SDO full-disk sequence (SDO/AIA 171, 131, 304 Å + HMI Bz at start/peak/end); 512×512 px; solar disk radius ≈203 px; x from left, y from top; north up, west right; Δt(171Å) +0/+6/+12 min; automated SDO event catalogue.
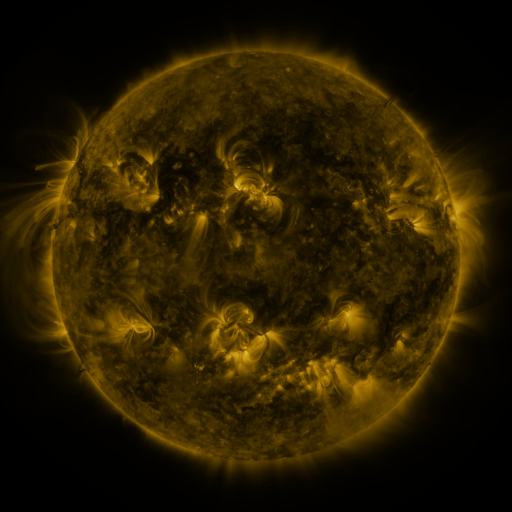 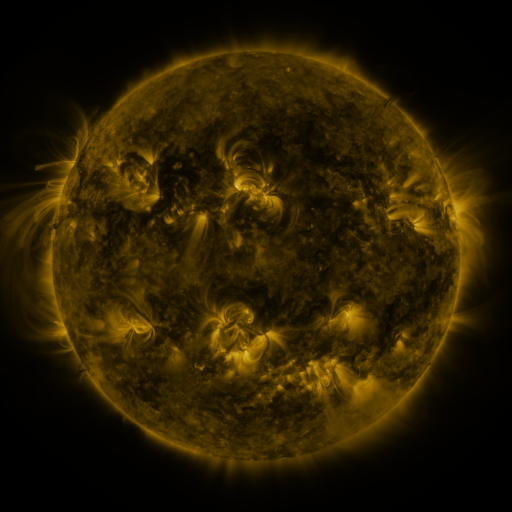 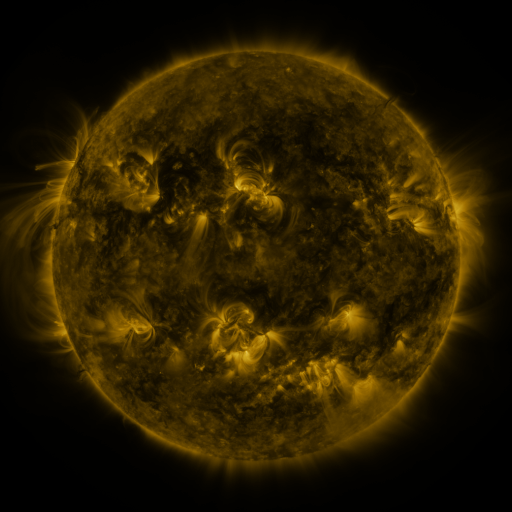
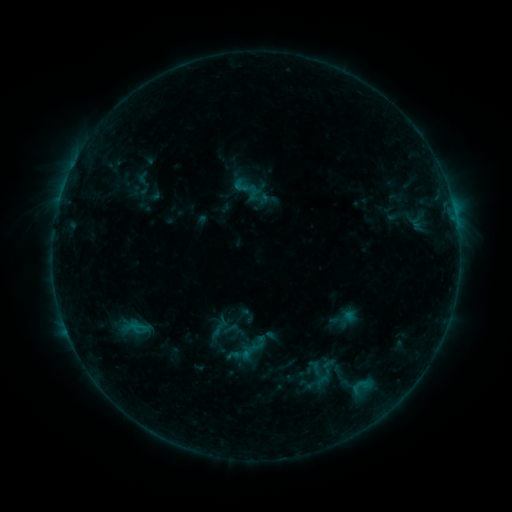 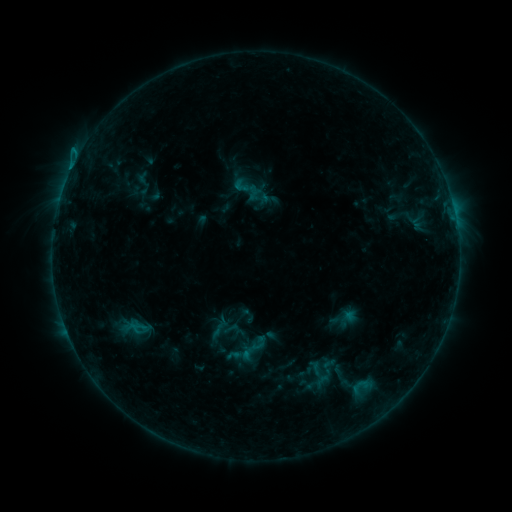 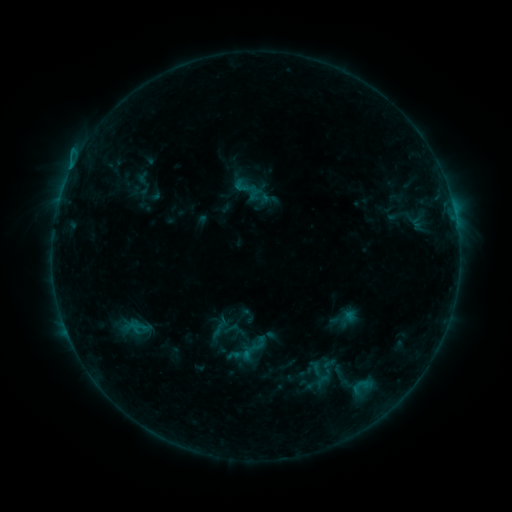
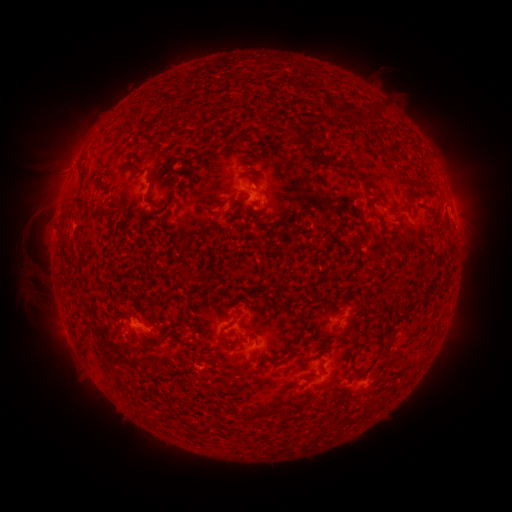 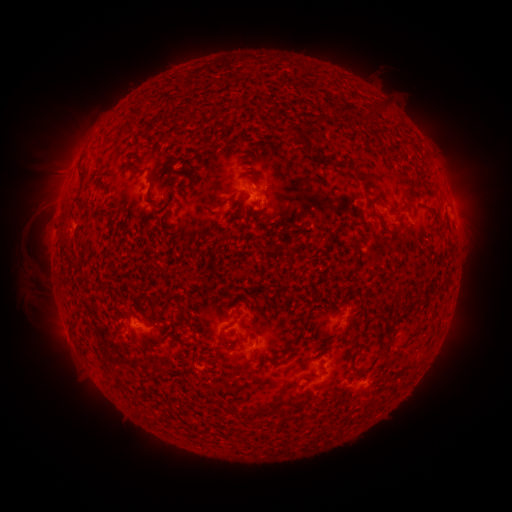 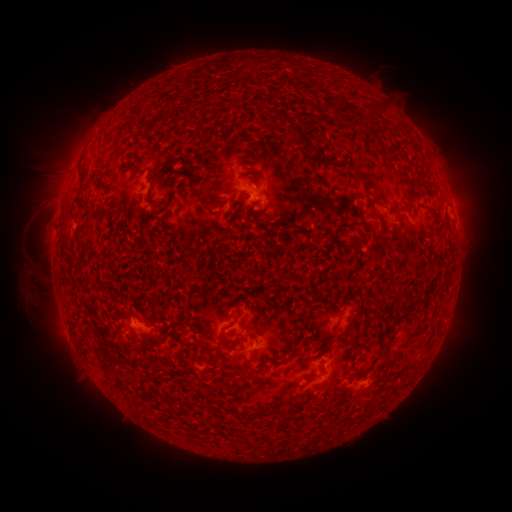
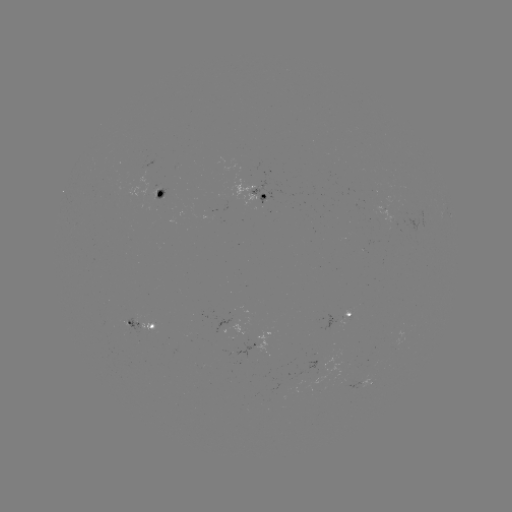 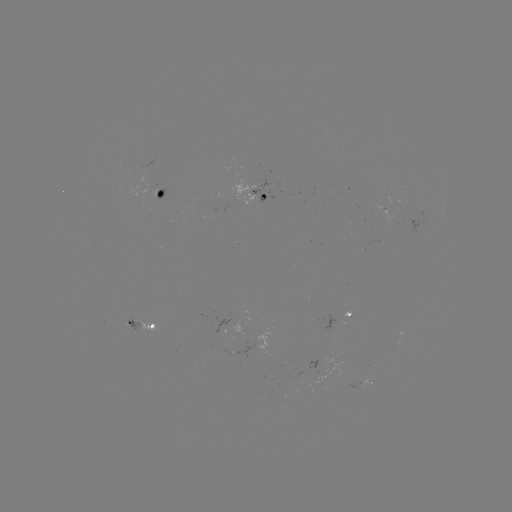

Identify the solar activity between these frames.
B7.0 flare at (72, 171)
